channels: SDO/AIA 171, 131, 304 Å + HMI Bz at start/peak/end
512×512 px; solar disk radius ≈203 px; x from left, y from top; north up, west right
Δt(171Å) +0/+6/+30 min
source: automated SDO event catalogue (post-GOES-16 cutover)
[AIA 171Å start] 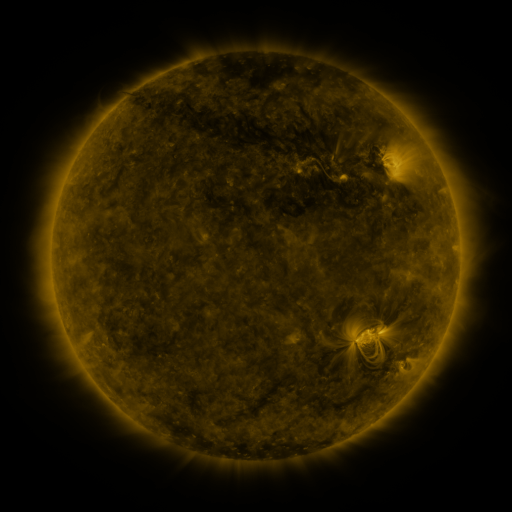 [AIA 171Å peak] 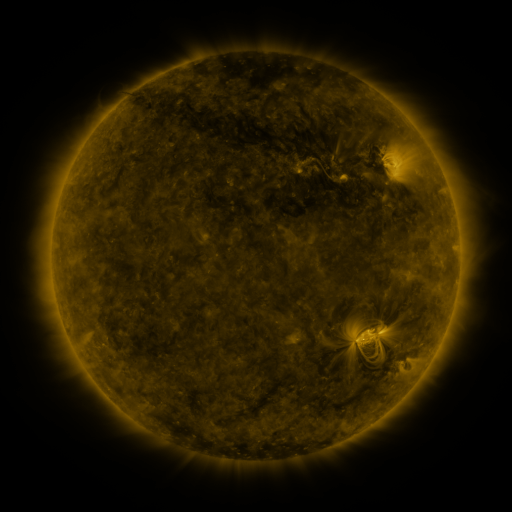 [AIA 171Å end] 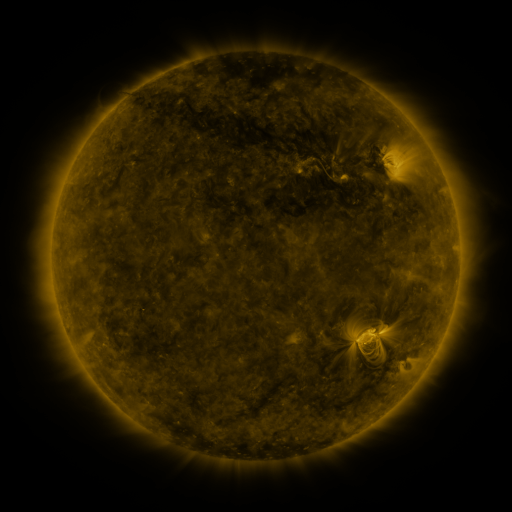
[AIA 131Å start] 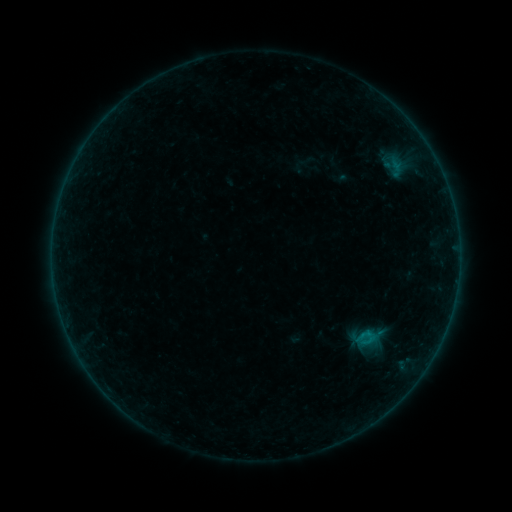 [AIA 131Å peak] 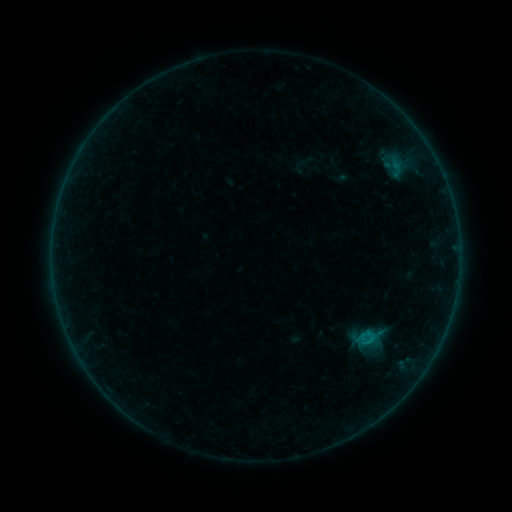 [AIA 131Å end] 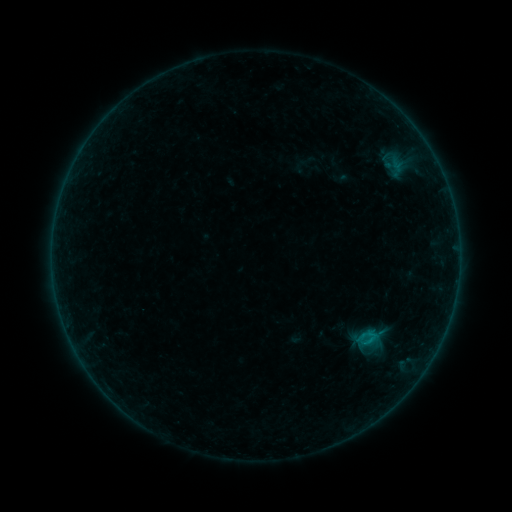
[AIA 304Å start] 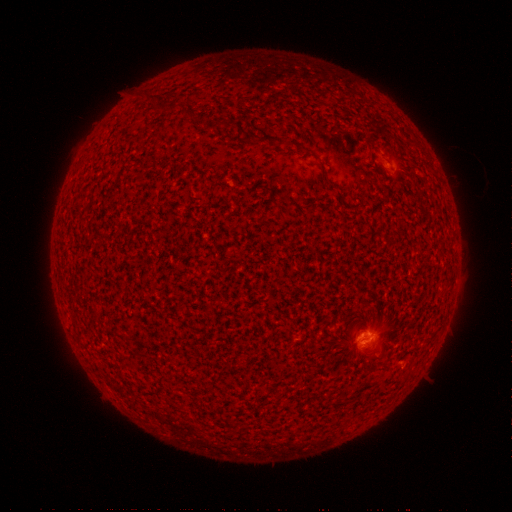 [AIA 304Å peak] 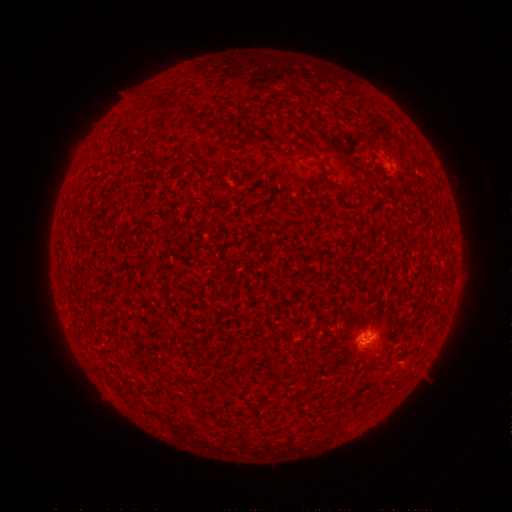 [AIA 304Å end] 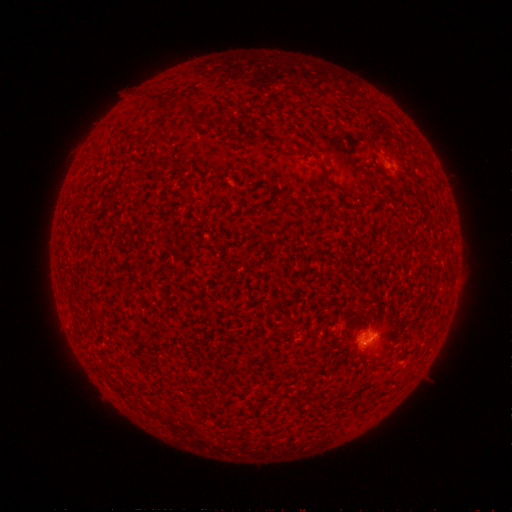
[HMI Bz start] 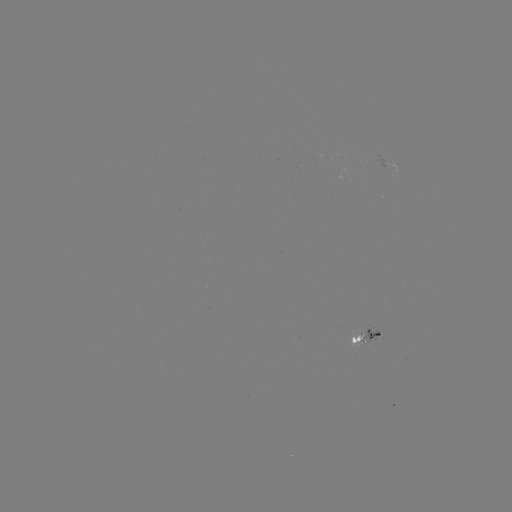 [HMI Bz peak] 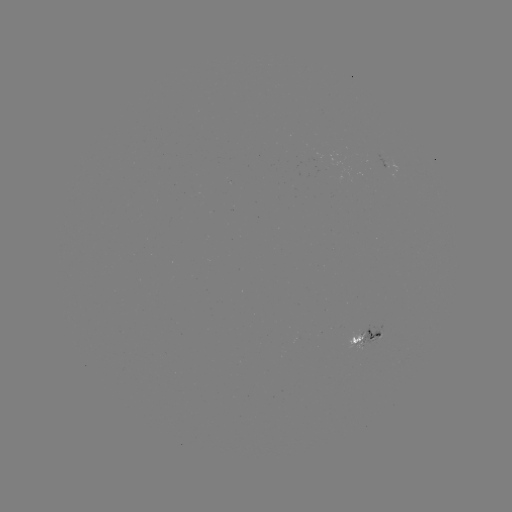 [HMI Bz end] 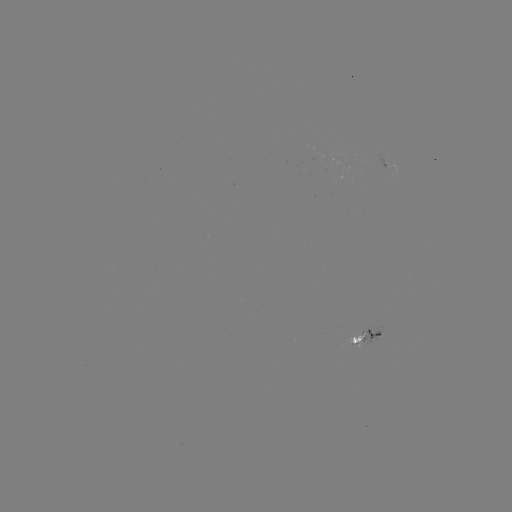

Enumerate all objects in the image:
B5.1 flare: (371, 338)
